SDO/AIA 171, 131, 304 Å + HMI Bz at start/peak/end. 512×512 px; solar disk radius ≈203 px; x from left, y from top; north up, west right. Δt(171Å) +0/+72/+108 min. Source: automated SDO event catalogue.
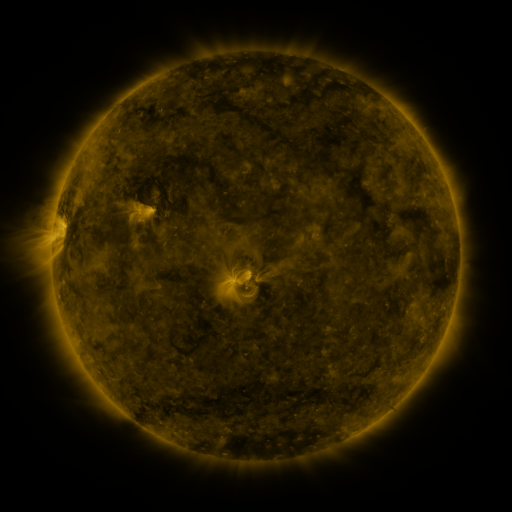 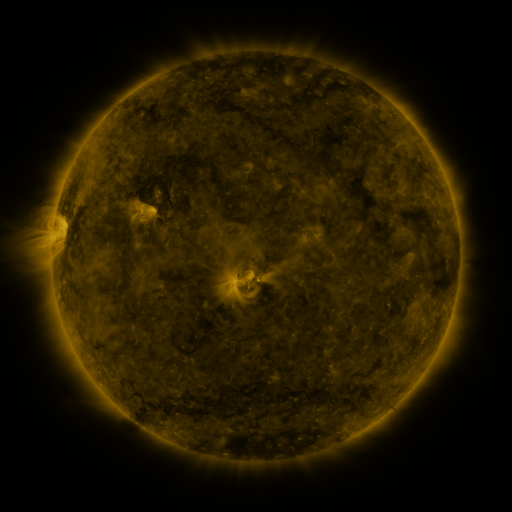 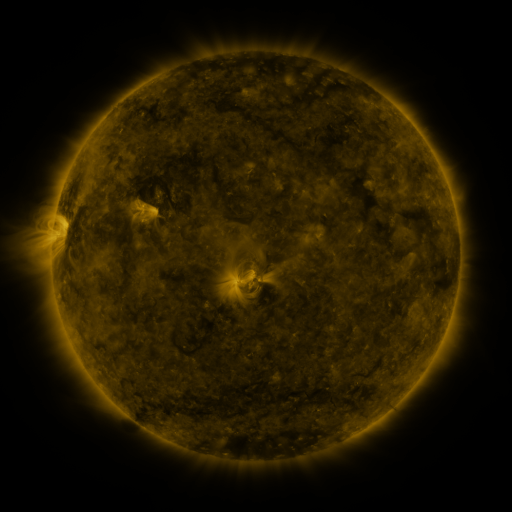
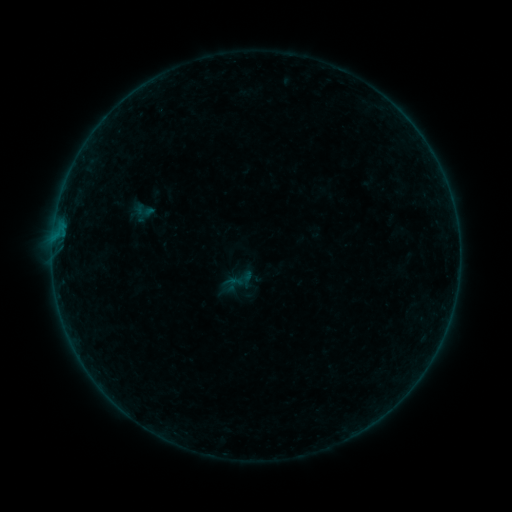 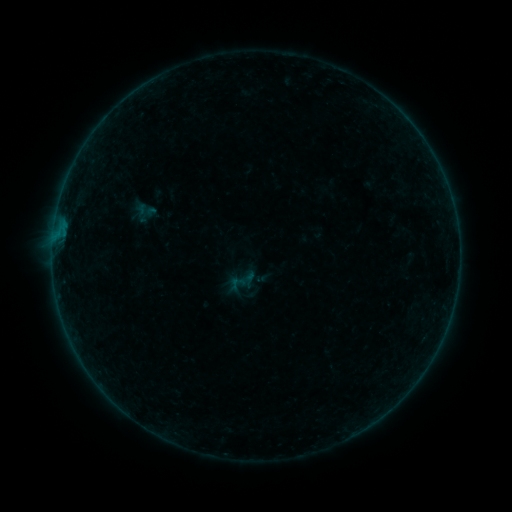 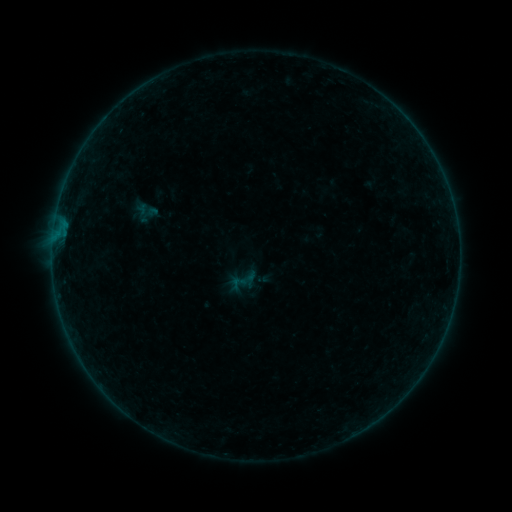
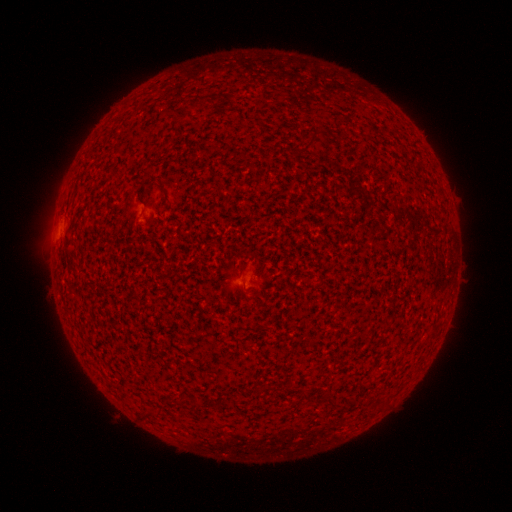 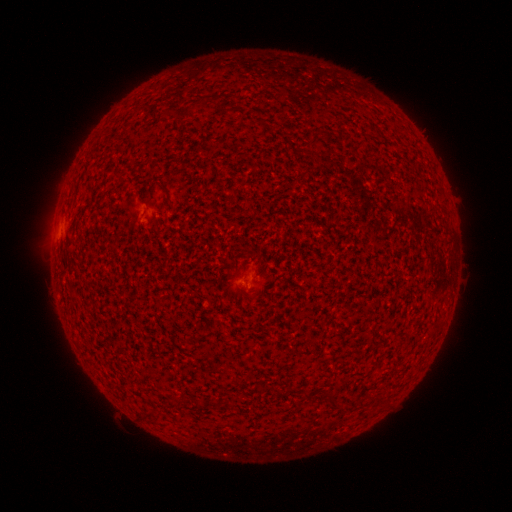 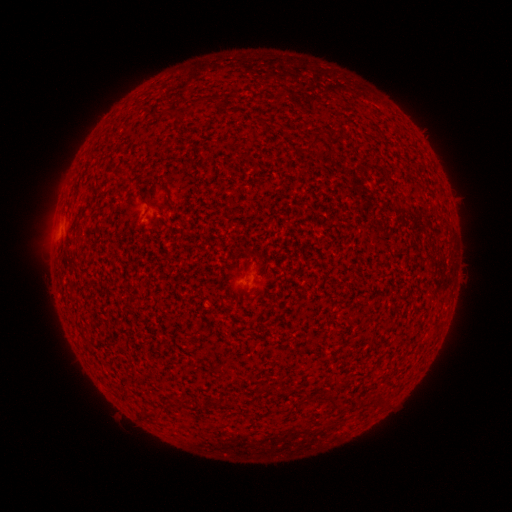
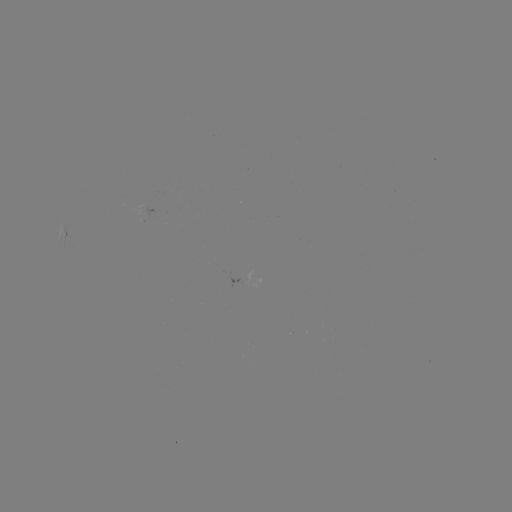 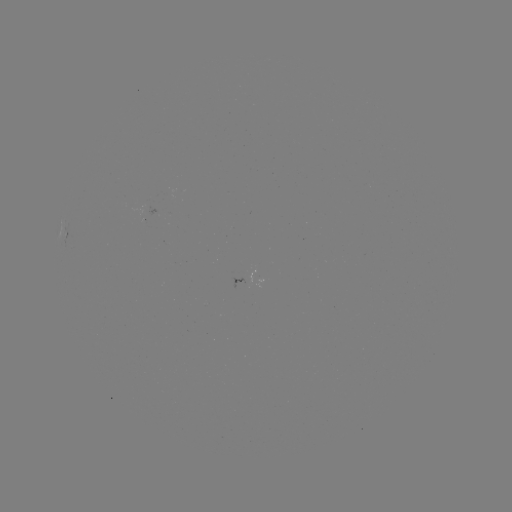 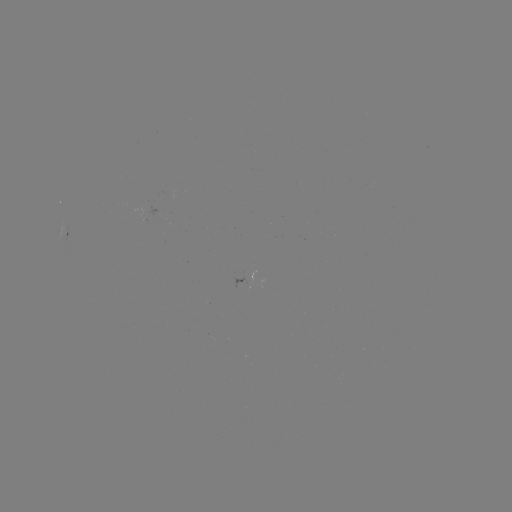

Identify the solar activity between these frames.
emerging-flux region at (155, 213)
